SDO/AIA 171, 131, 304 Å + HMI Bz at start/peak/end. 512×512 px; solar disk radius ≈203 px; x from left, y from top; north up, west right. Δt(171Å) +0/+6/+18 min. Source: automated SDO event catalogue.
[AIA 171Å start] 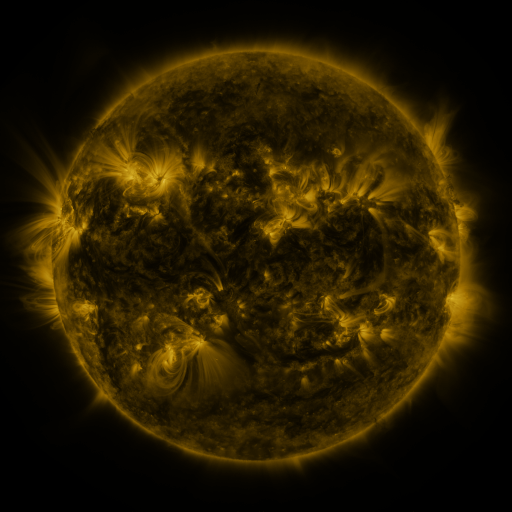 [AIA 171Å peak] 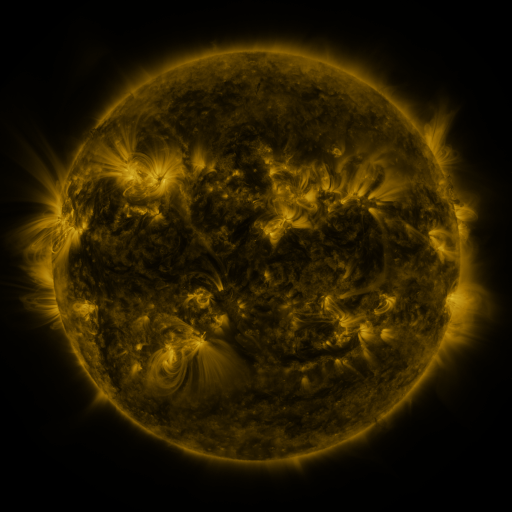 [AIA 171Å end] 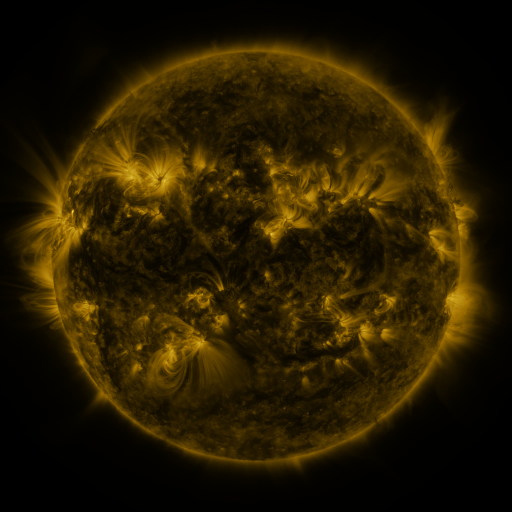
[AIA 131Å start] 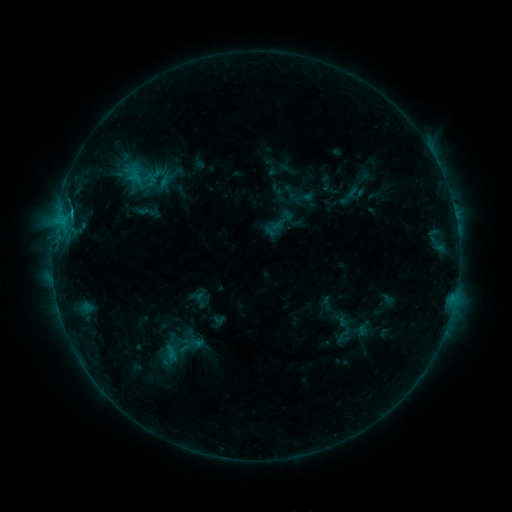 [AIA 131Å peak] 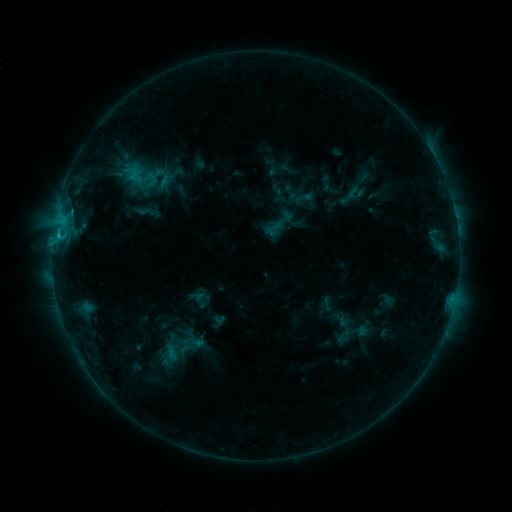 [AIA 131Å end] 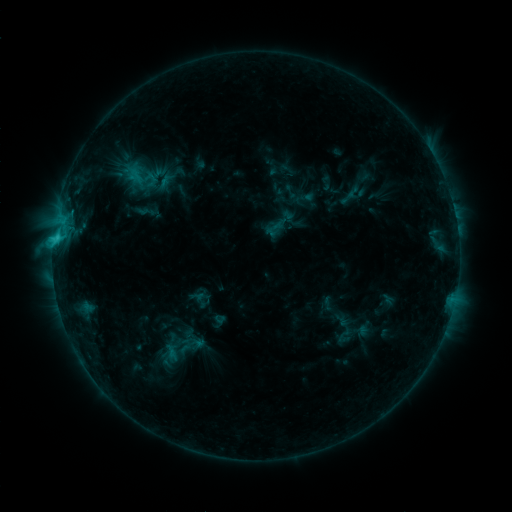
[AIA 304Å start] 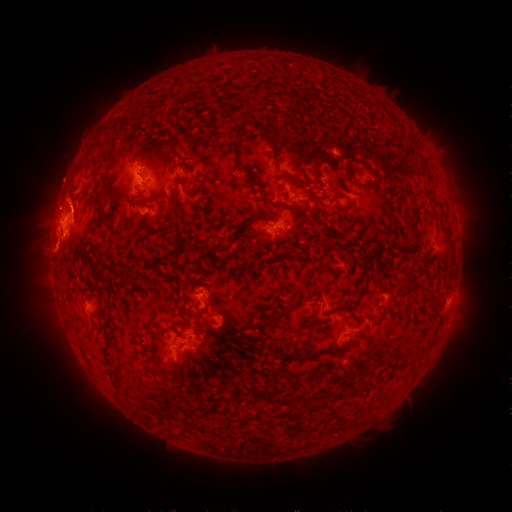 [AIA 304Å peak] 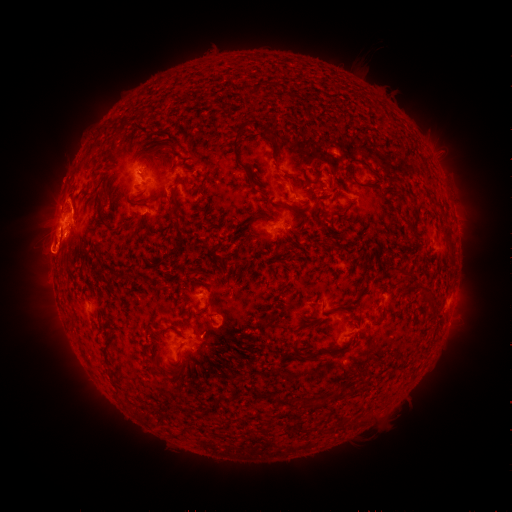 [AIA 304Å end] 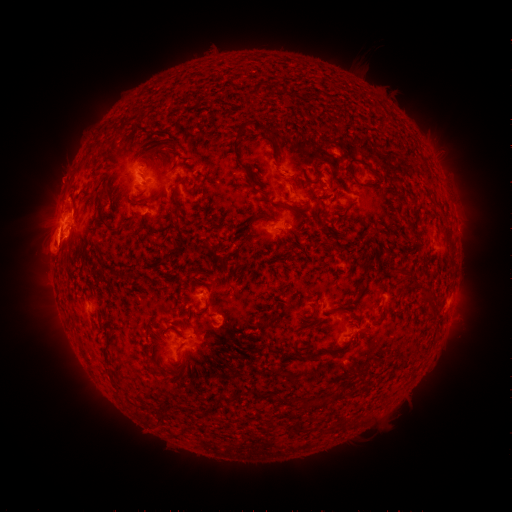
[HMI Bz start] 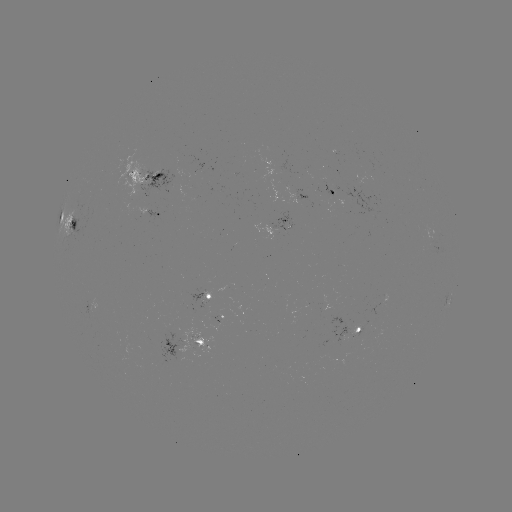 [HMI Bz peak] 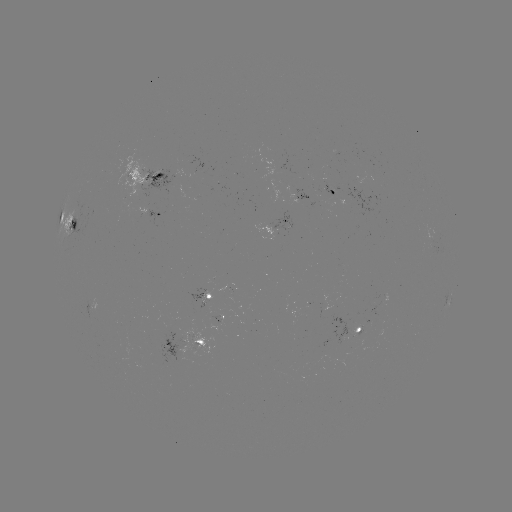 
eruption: <bbox>15, 222, 92, 282</bbox>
